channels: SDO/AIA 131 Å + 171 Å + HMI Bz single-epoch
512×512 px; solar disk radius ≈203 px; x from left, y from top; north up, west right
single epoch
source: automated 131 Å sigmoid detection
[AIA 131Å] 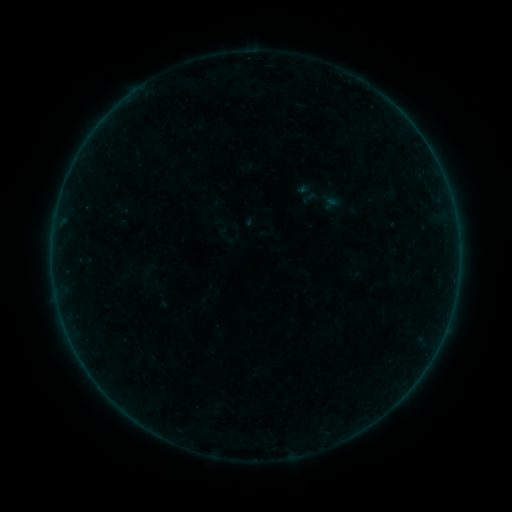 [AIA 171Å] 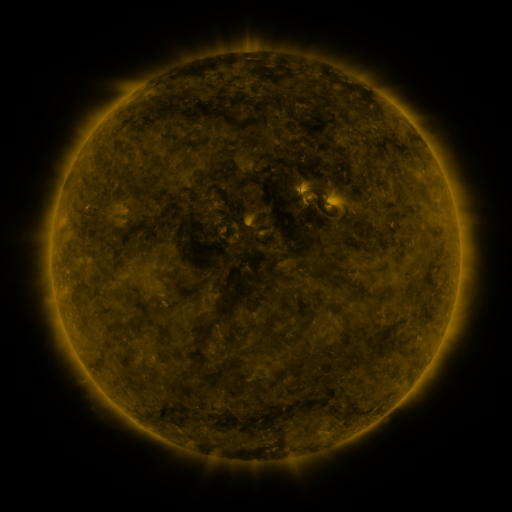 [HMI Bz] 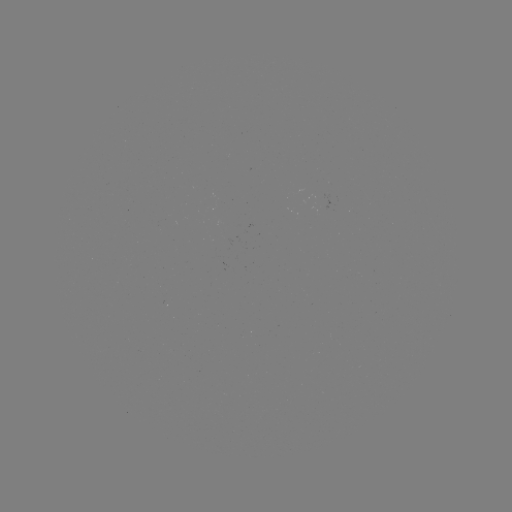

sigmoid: [320, 195, 340, 212]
